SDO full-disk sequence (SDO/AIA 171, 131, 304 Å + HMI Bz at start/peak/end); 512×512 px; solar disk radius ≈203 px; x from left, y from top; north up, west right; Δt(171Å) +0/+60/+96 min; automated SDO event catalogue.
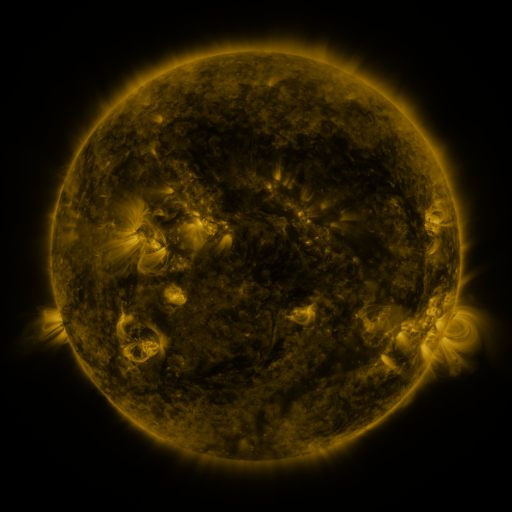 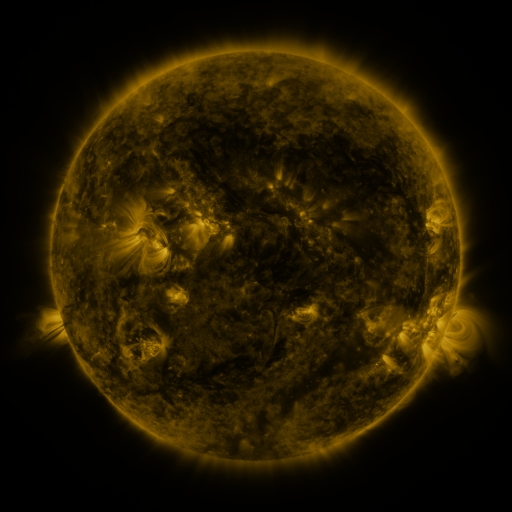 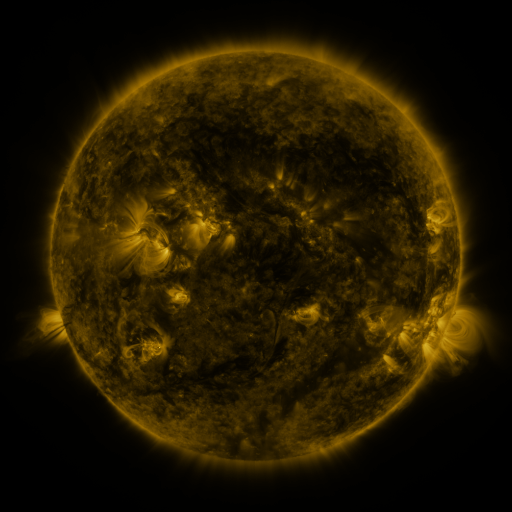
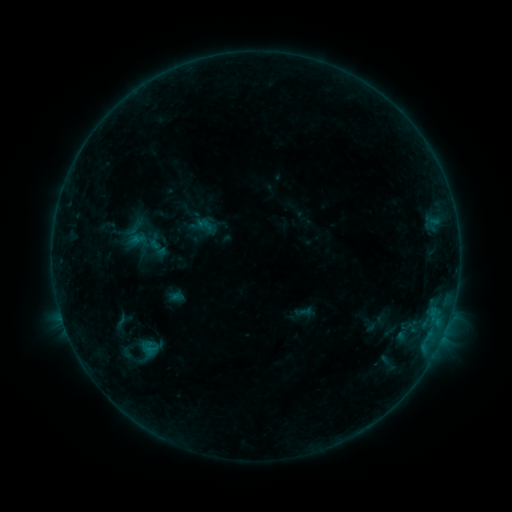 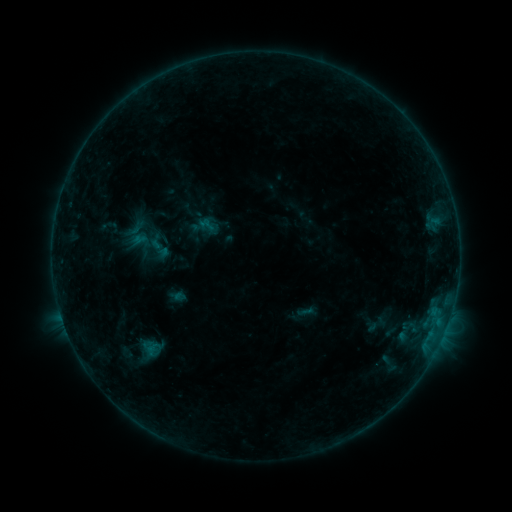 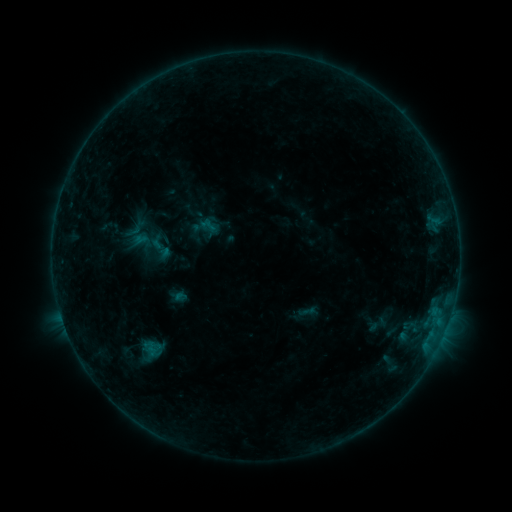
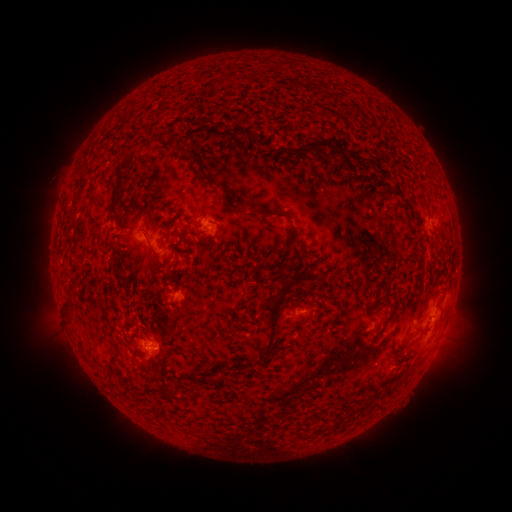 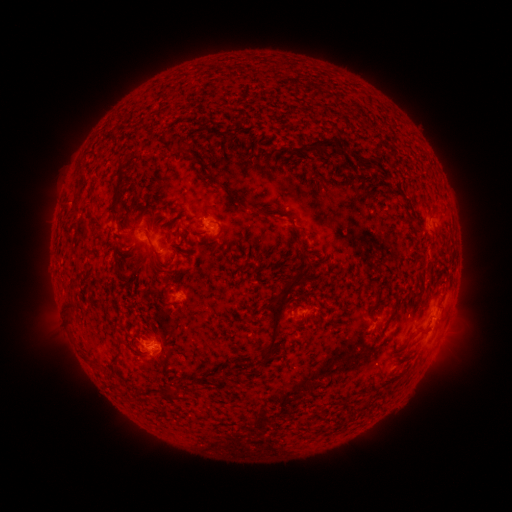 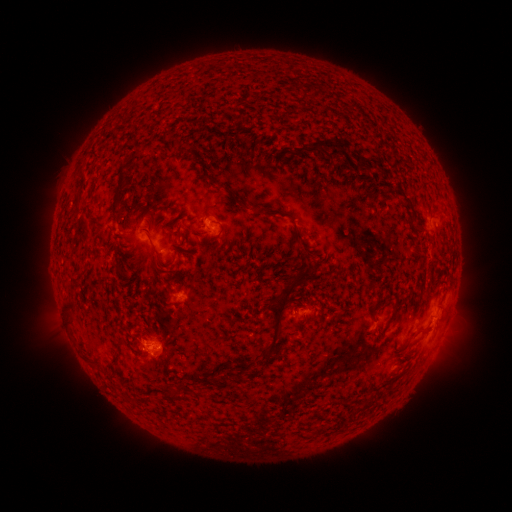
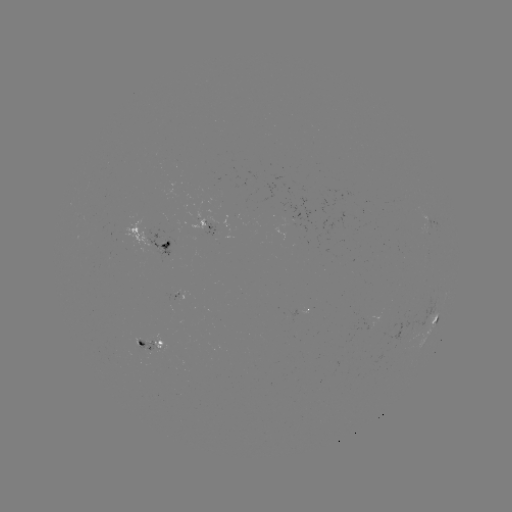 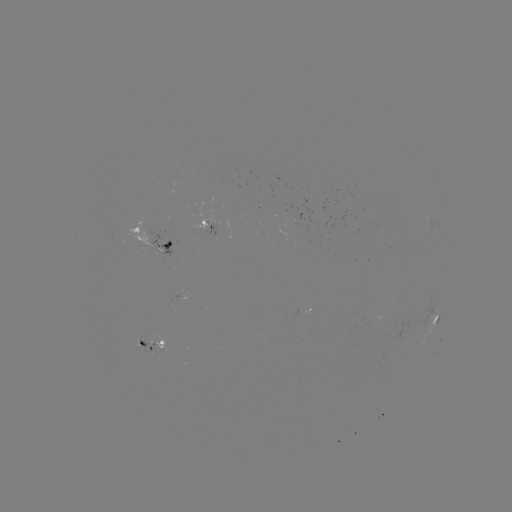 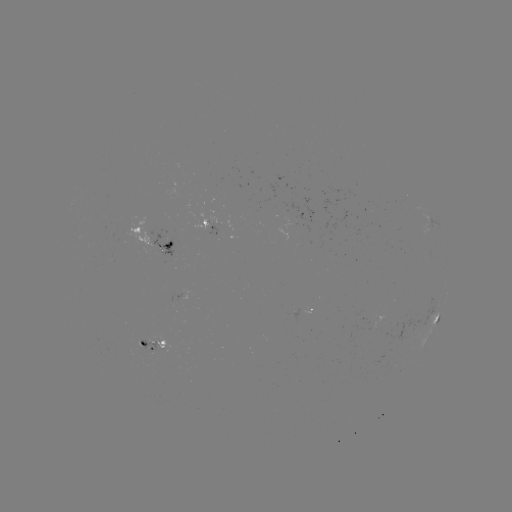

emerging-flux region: <bbox>111, 216, 150, 253</bbox>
